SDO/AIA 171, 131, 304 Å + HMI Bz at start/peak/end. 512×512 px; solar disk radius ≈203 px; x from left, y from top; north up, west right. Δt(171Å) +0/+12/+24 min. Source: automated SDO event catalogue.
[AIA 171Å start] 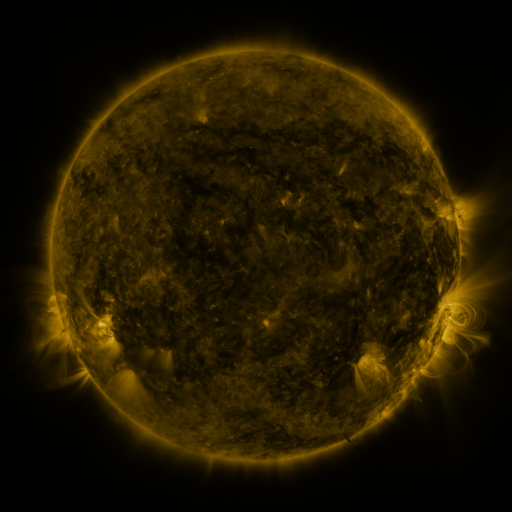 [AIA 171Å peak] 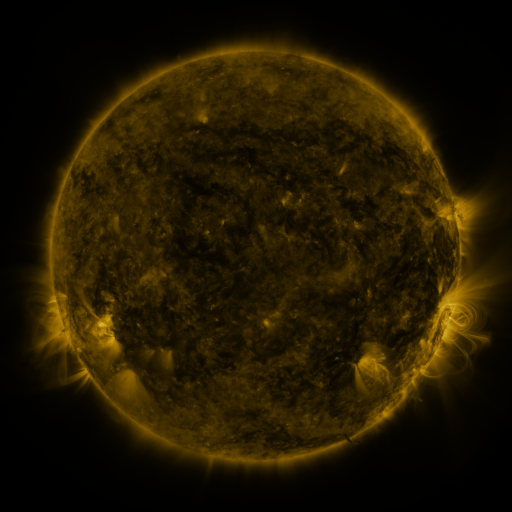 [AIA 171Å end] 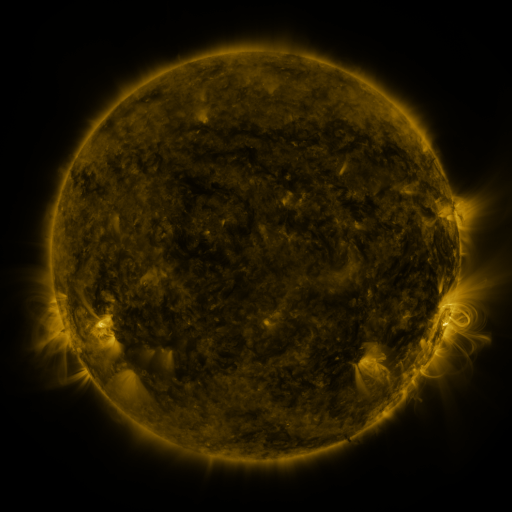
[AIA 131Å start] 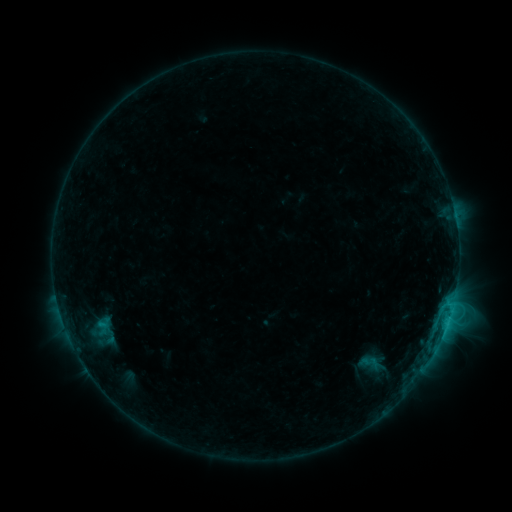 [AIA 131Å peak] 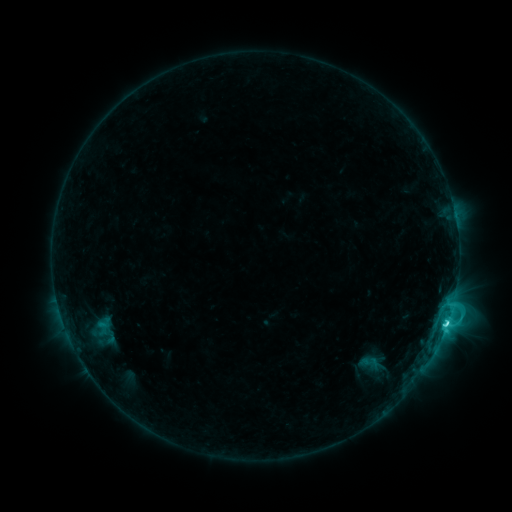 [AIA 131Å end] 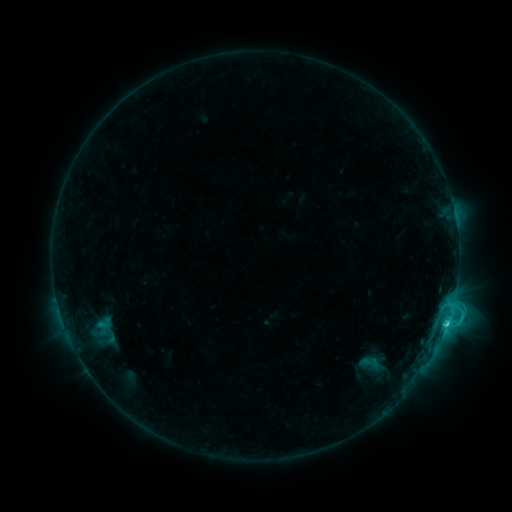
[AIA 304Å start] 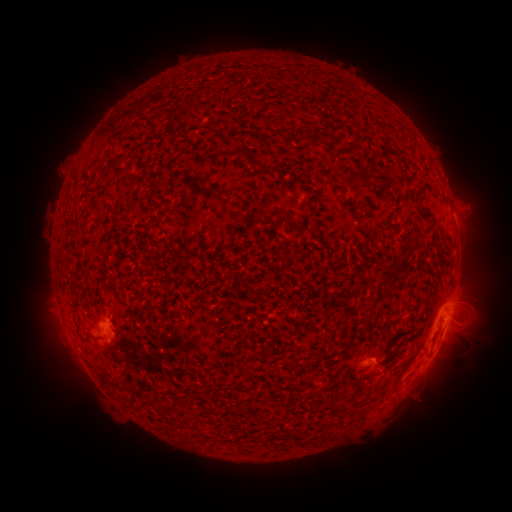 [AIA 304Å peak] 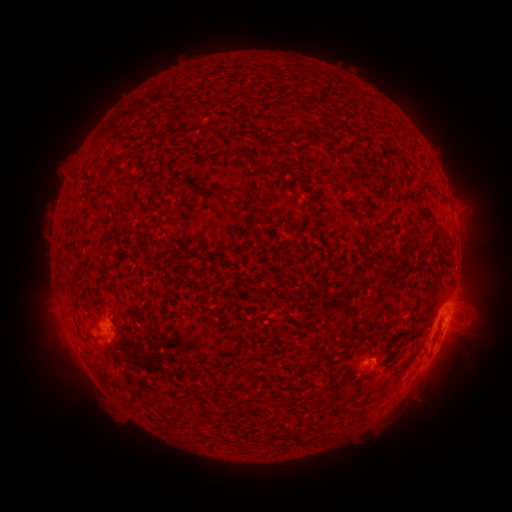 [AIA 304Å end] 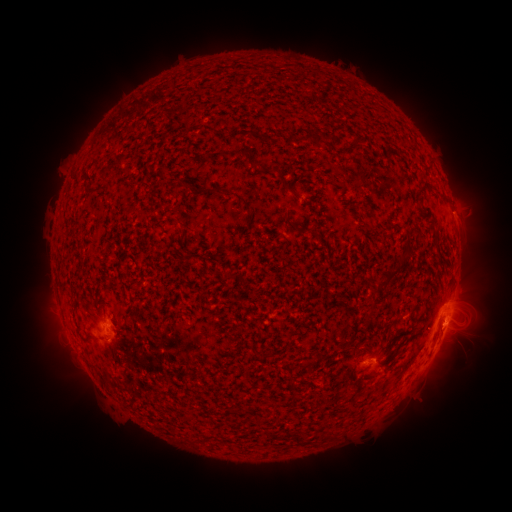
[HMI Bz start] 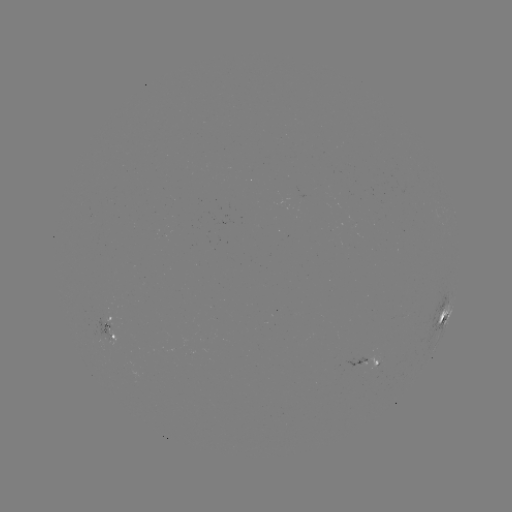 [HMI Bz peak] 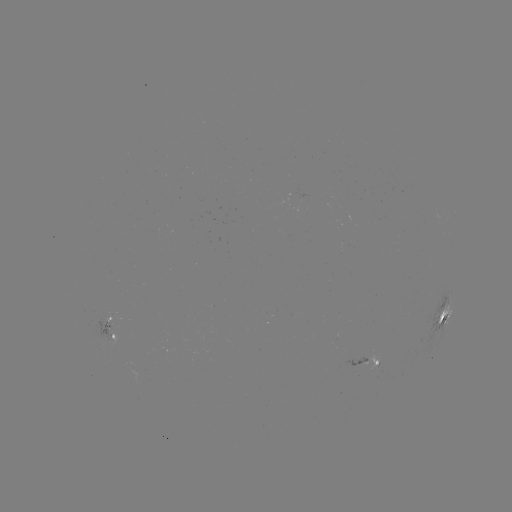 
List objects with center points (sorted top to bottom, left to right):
C3.9 flare: (446, 324)
